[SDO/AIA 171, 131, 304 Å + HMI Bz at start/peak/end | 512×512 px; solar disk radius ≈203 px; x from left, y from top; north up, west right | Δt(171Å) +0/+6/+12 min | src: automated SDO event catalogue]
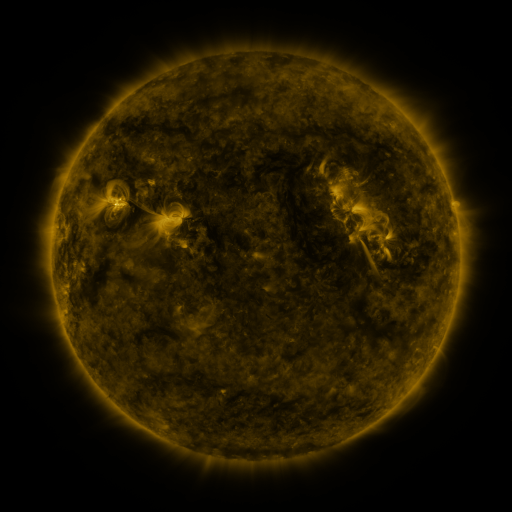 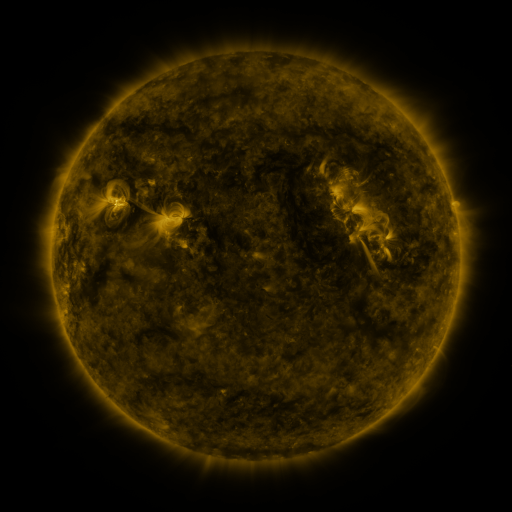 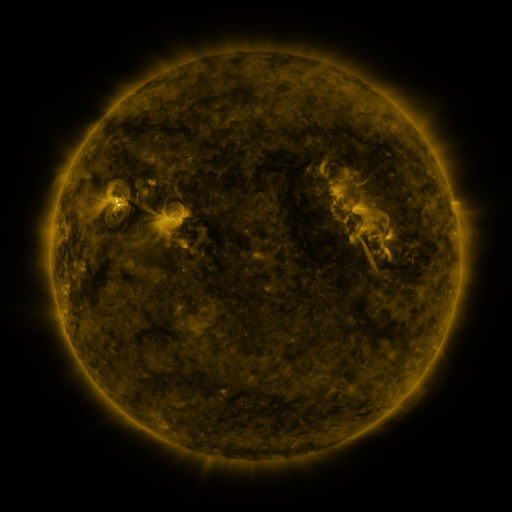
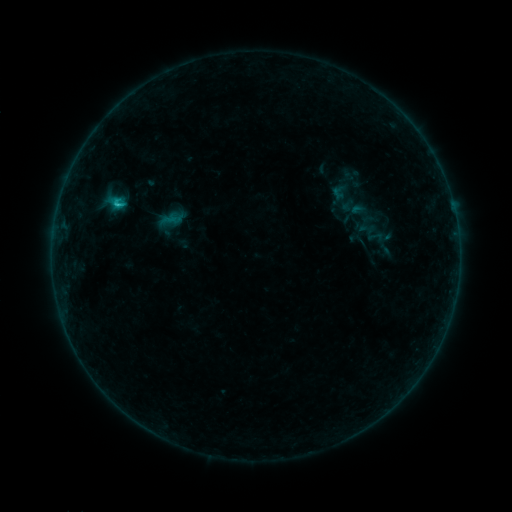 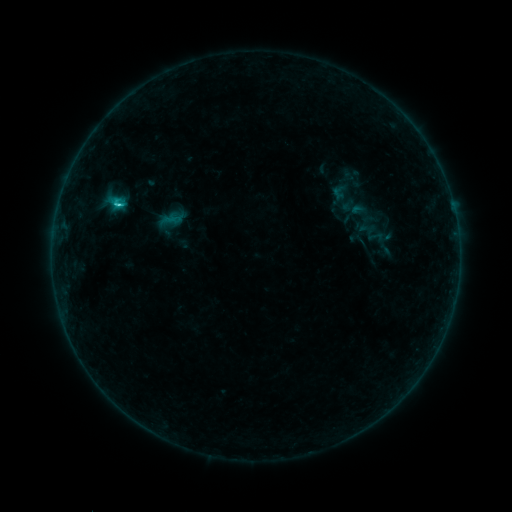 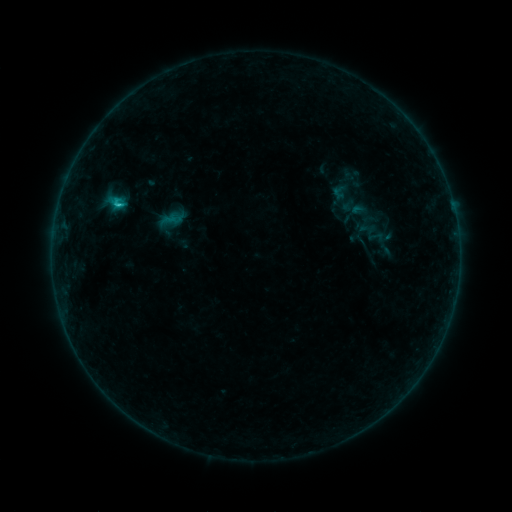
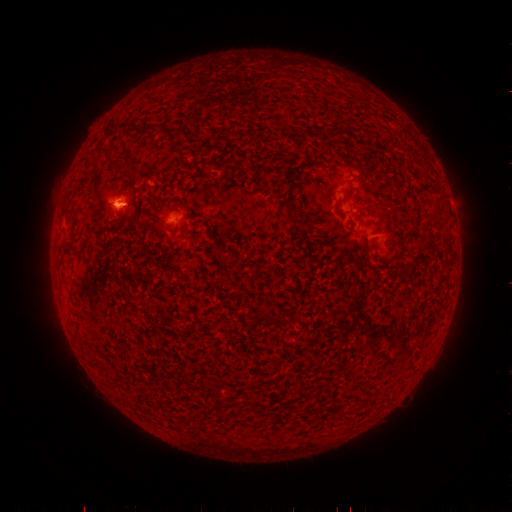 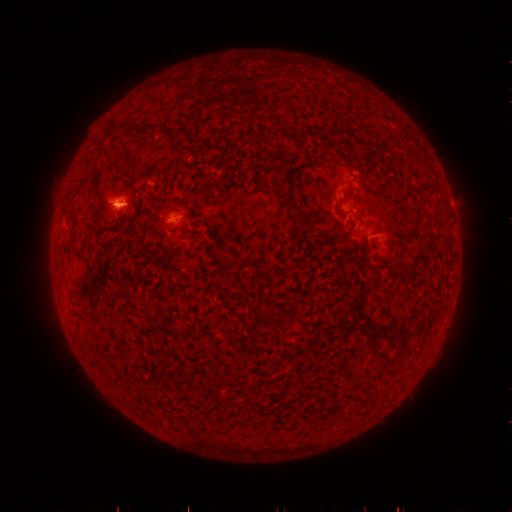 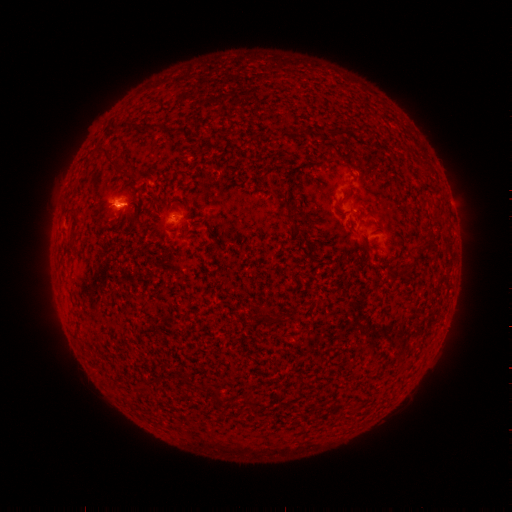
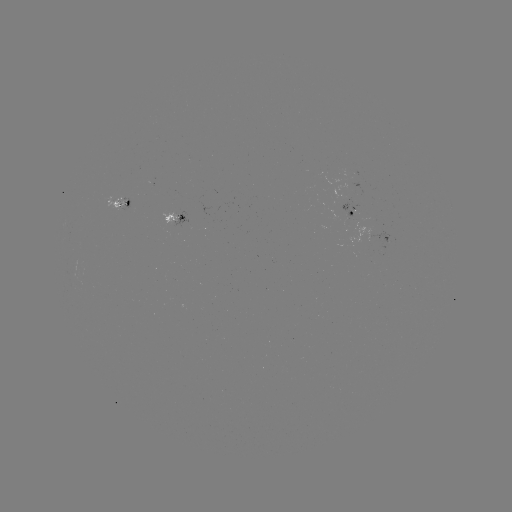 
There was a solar flare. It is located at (119, 207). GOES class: C1.1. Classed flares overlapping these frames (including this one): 1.